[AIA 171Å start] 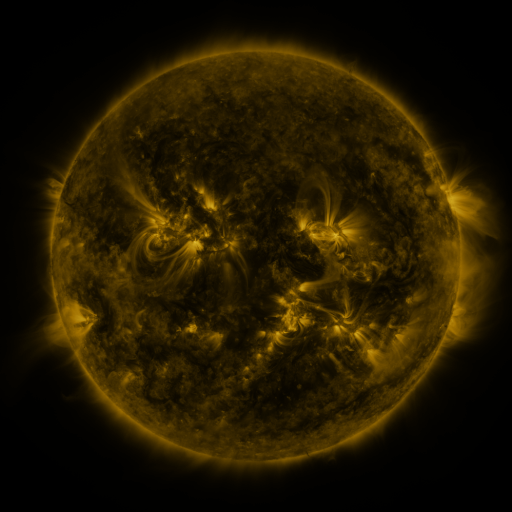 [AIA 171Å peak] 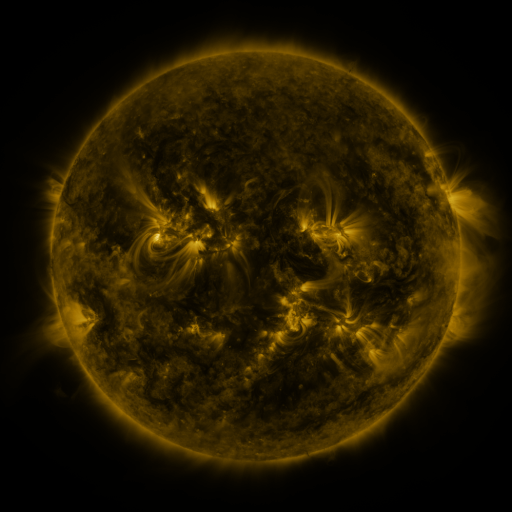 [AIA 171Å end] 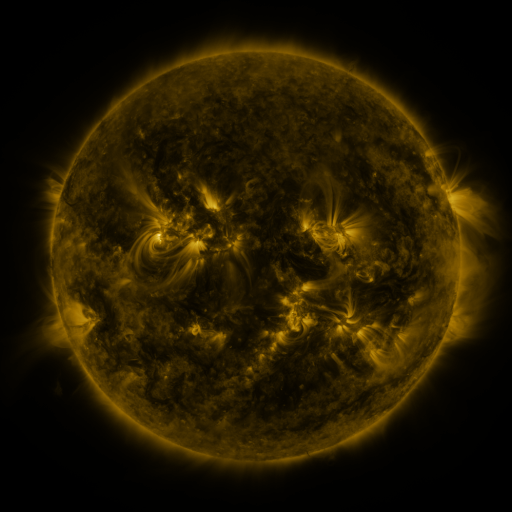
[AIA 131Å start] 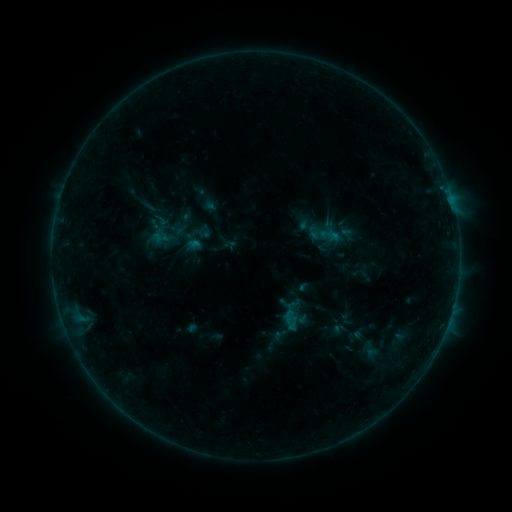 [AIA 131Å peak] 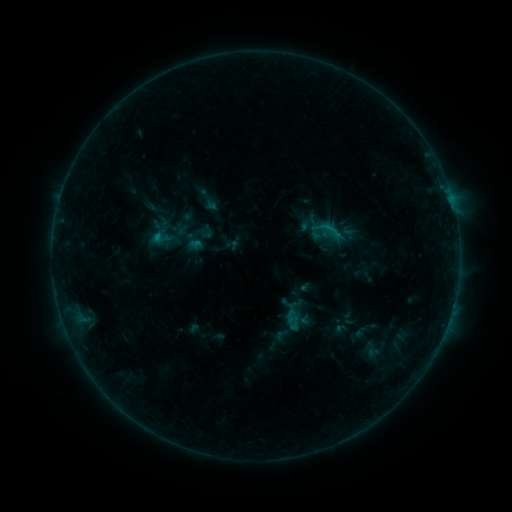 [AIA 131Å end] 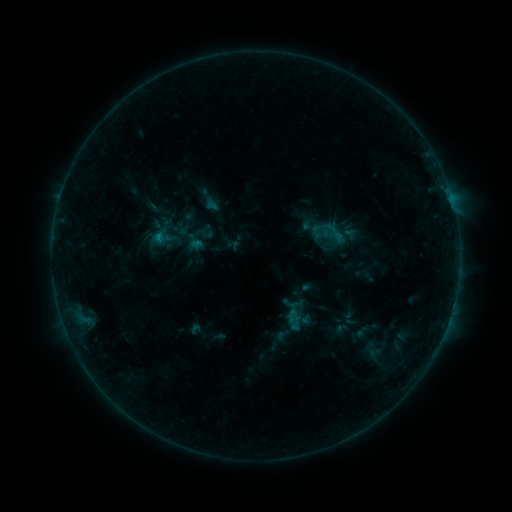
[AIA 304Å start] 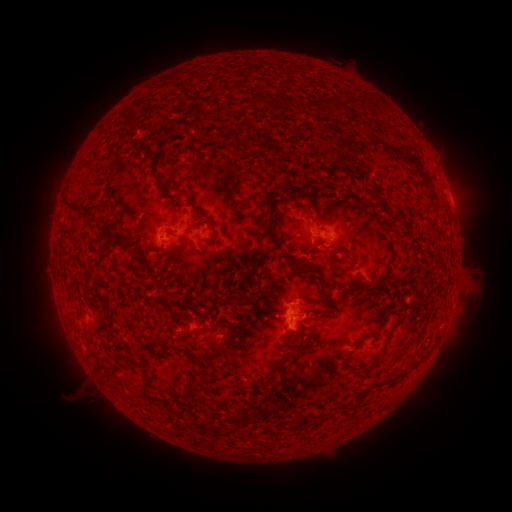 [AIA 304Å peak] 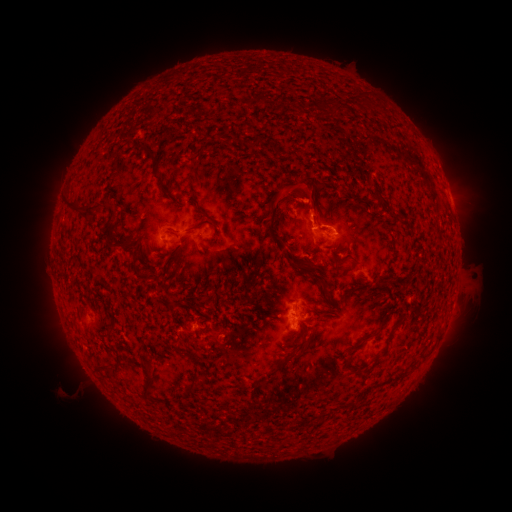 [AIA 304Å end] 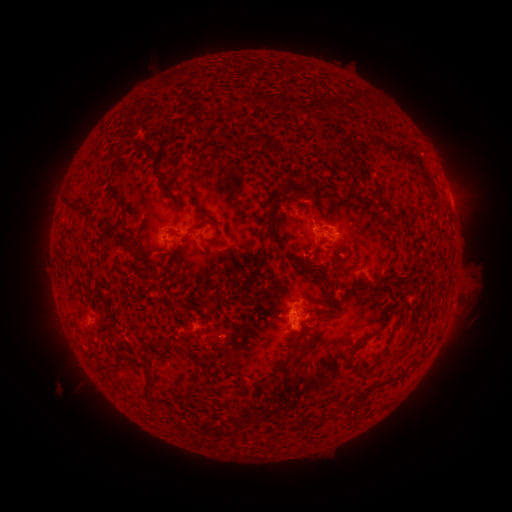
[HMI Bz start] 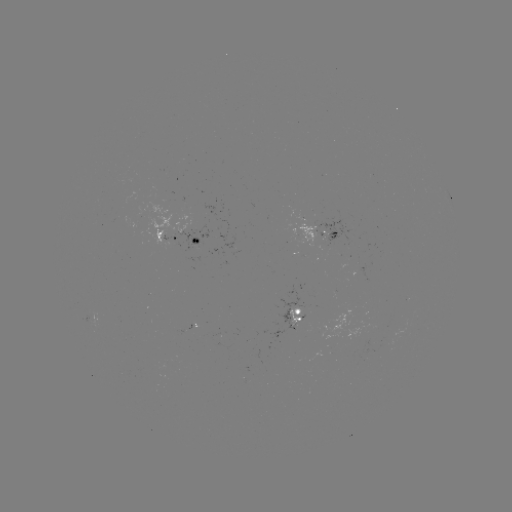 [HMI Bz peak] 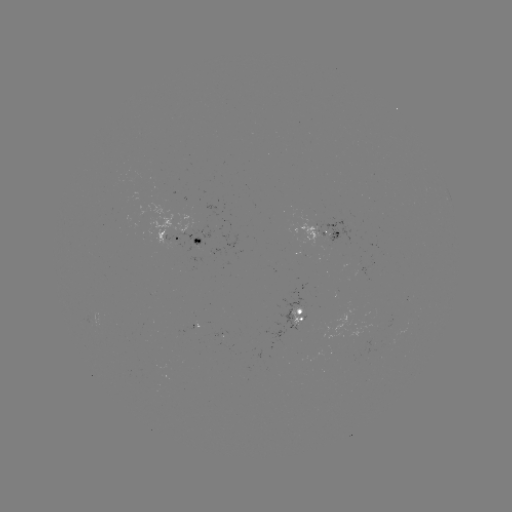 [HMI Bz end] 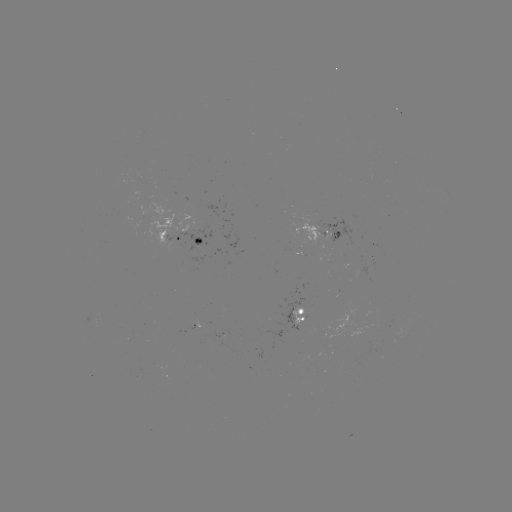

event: emerging-flux region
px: (362, 267)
